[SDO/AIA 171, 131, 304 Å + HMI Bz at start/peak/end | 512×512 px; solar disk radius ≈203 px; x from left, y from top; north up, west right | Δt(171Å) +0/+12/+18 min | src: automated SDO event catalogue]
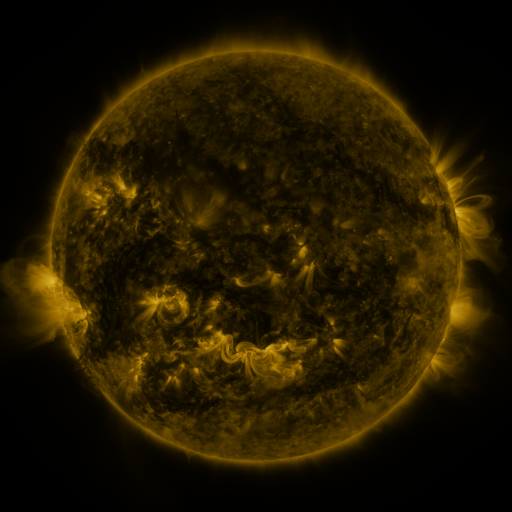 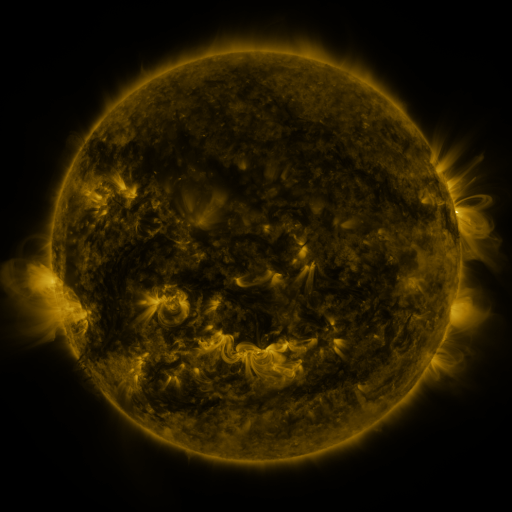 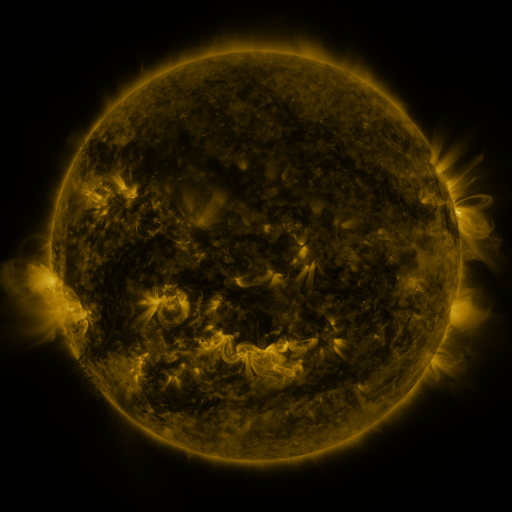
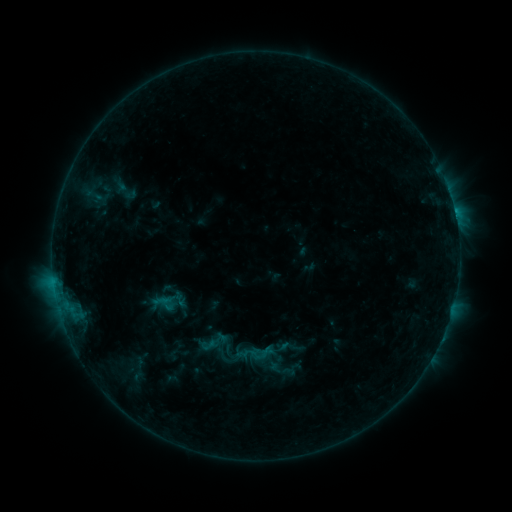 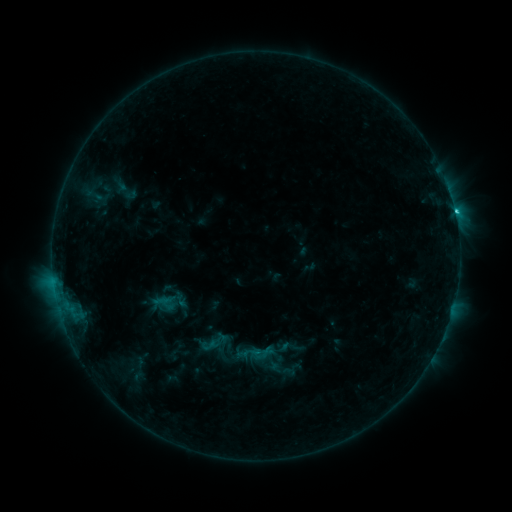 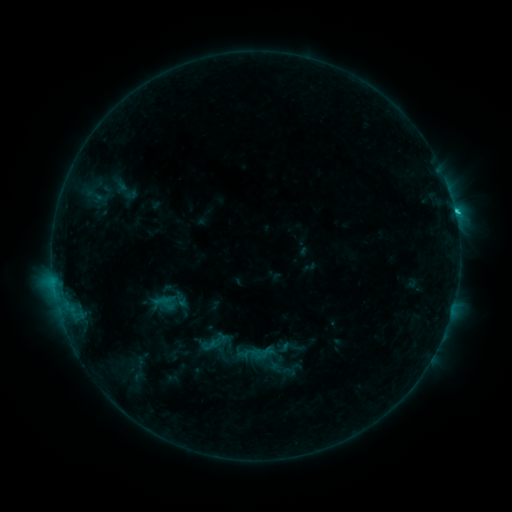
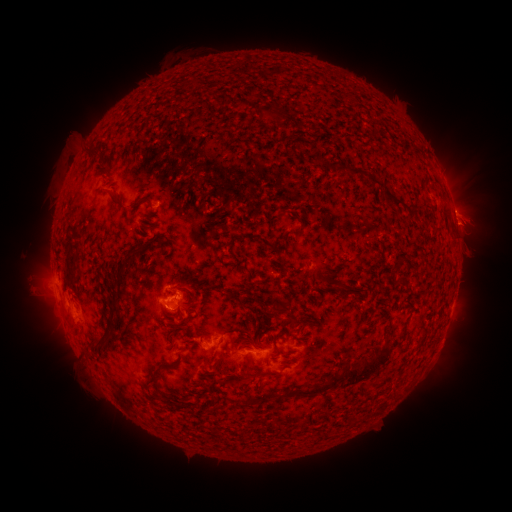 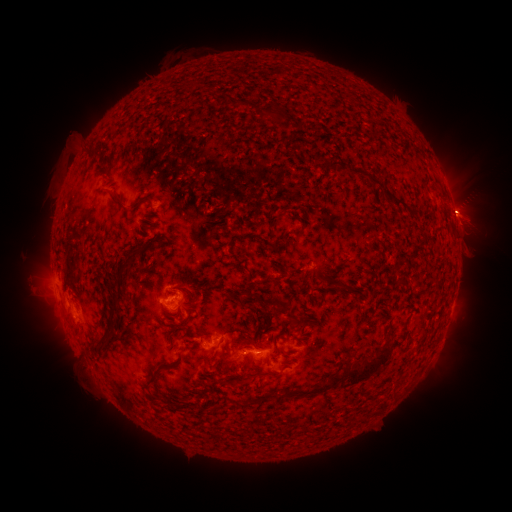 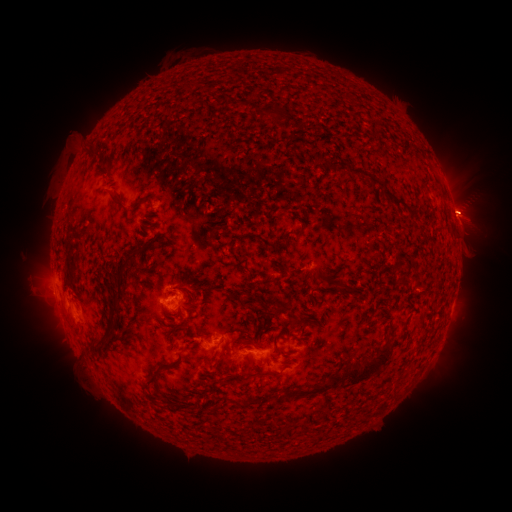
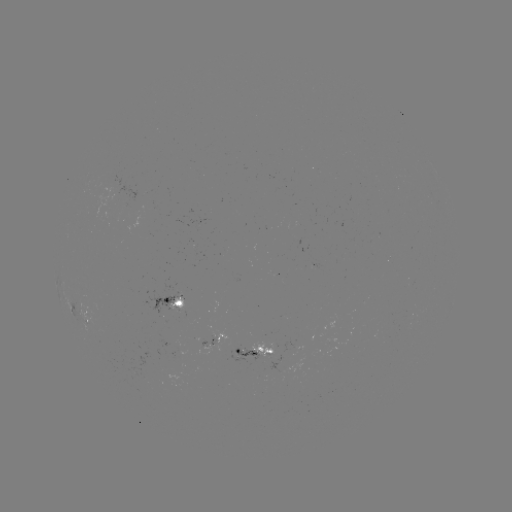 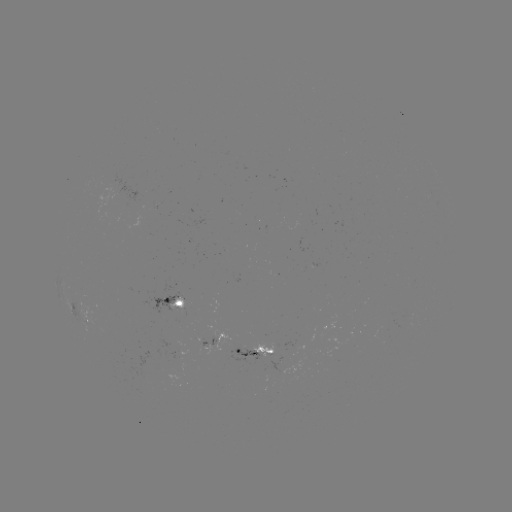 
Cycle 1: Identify C1.8 flare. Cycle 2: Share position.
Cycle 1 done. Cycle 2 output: [454, 214].